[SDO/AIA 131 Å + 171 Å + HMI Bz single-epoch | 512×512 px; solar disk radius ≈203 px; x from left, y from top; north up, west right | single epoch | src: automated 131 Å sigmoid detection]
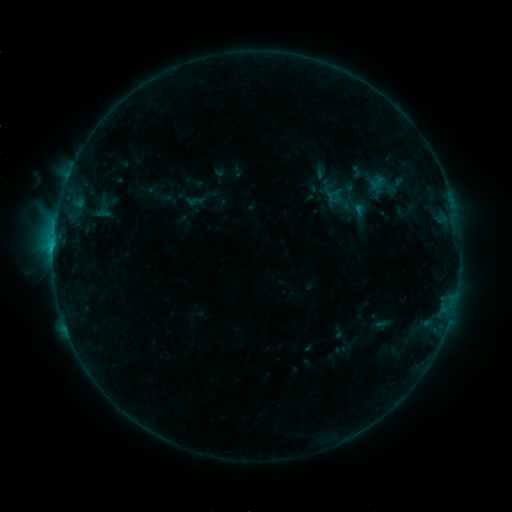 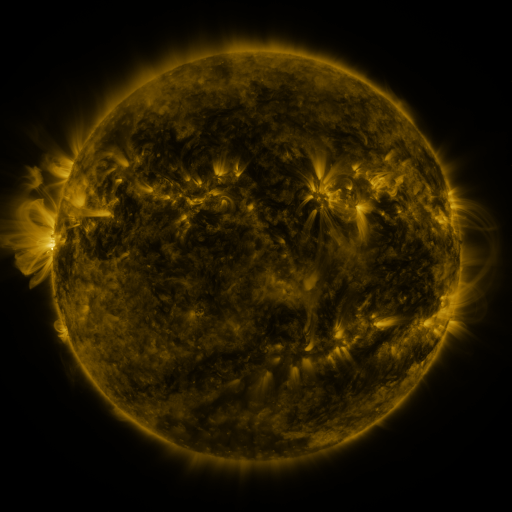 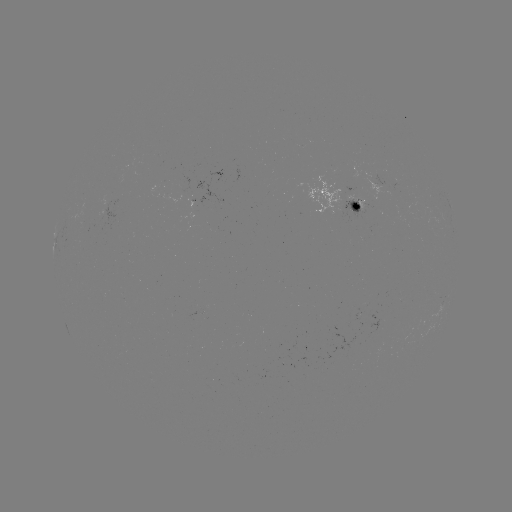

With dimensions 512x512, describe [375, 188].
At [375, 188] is sigmoid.